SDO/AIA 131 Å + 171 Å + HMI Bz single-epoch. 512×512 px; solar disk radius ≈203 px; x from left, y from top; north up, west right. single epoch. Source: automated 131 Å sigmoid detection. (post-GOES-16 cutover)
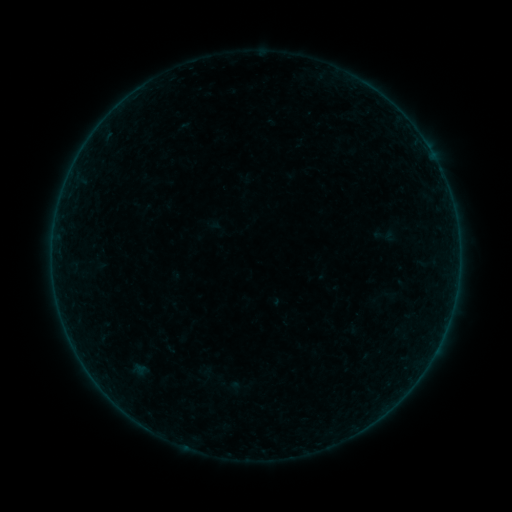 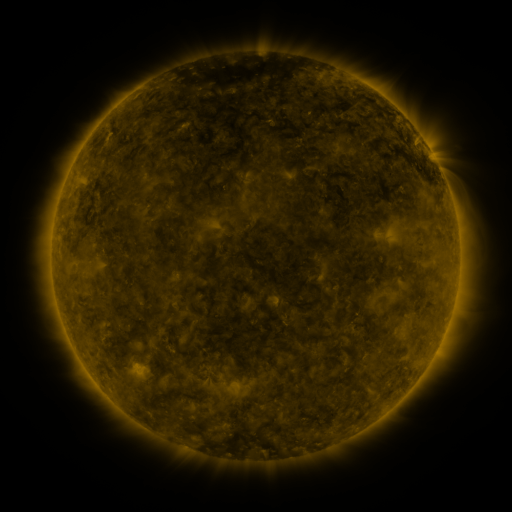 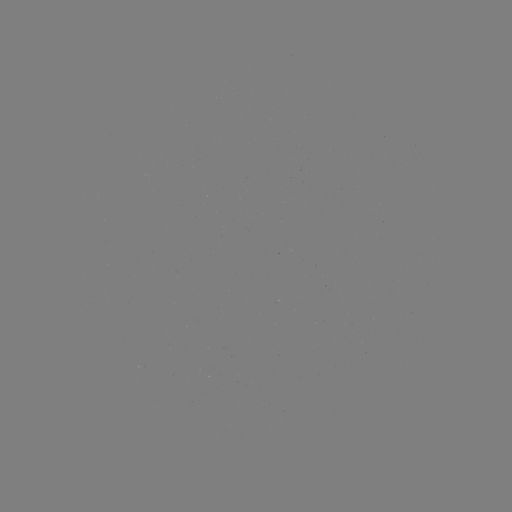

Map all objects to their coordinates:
sigmoid: [370, 224, 399, 248]
